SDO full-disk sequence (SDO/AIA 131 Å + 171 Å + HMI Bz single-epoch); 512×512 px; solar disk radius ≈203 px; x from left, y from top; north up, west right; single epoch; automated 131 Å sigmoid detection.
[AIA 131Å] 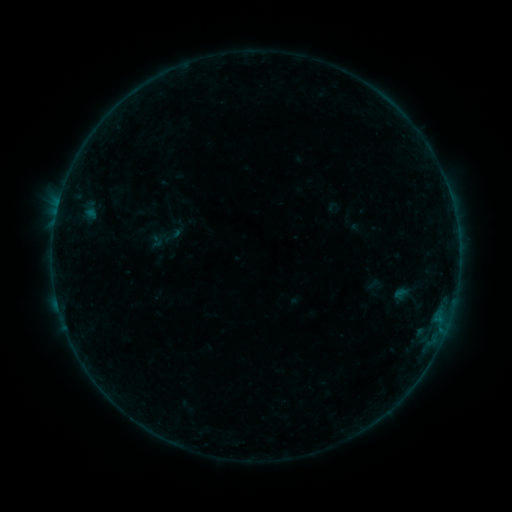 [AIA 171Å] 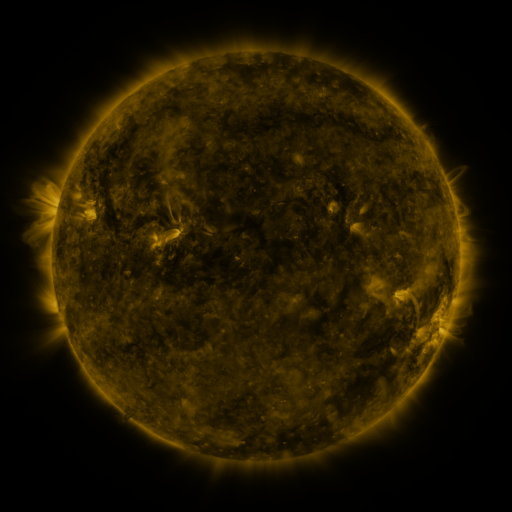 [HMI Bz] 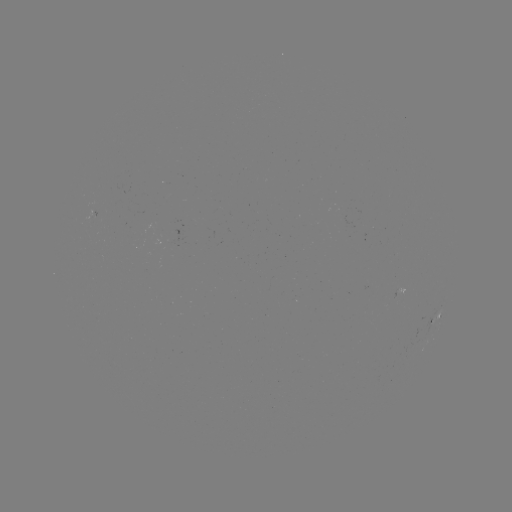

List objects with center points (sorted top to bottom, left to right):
sigmoid: (163, 225, 183, 246)
